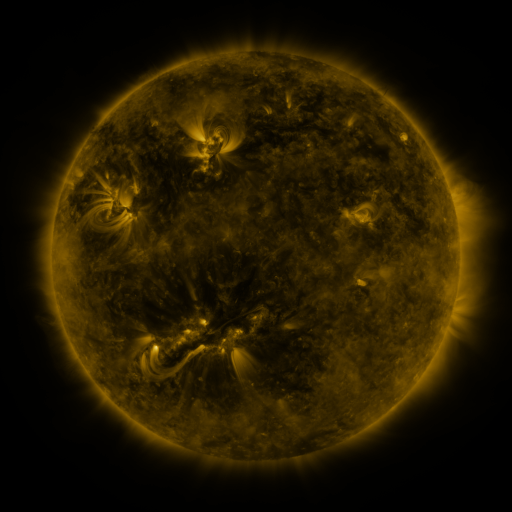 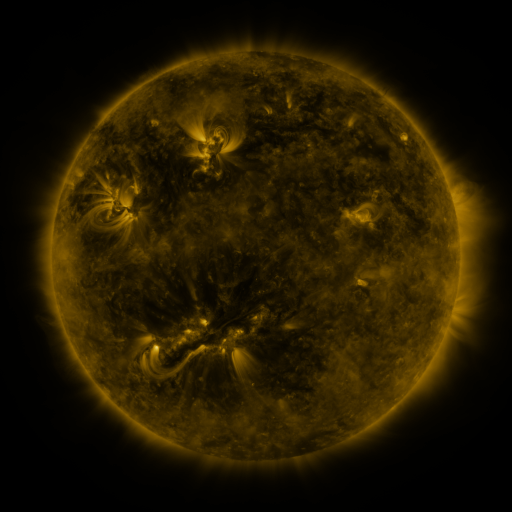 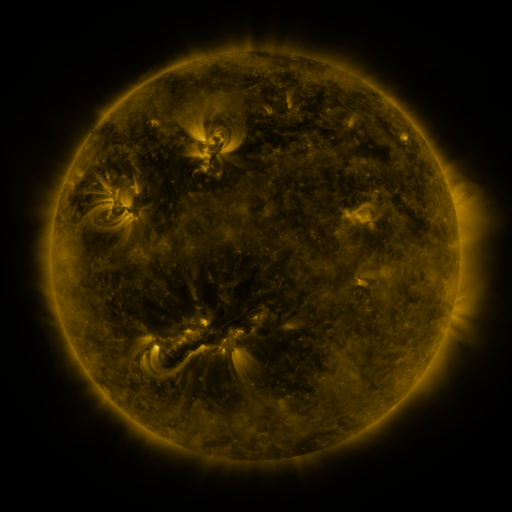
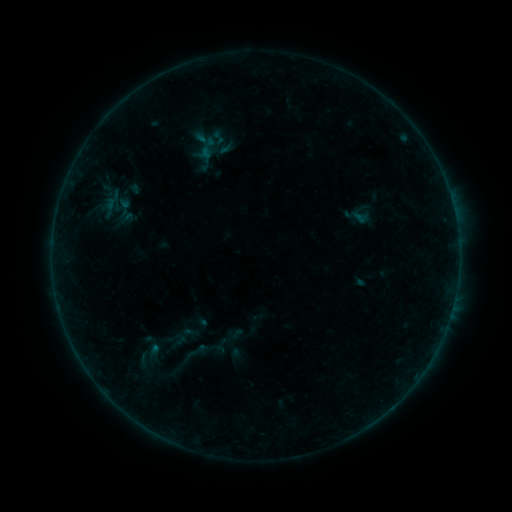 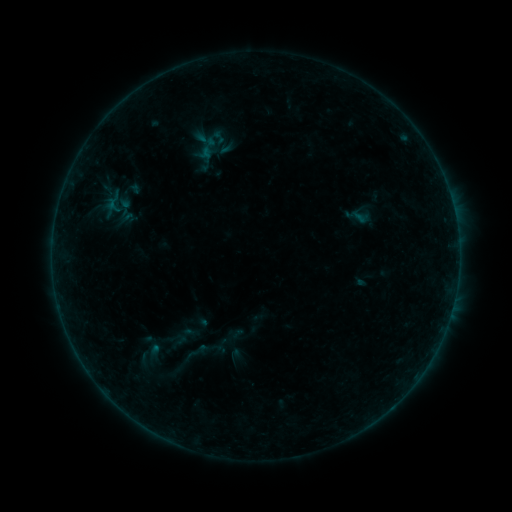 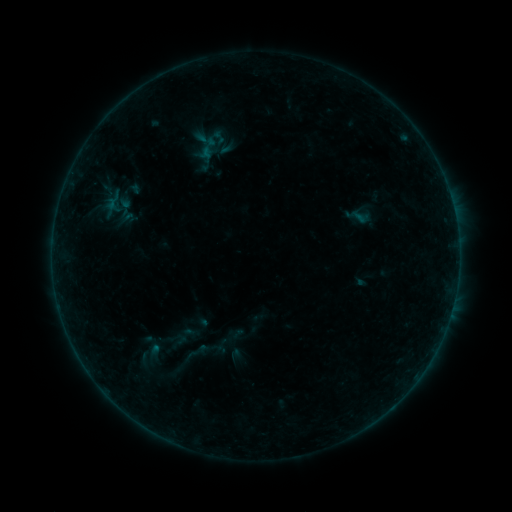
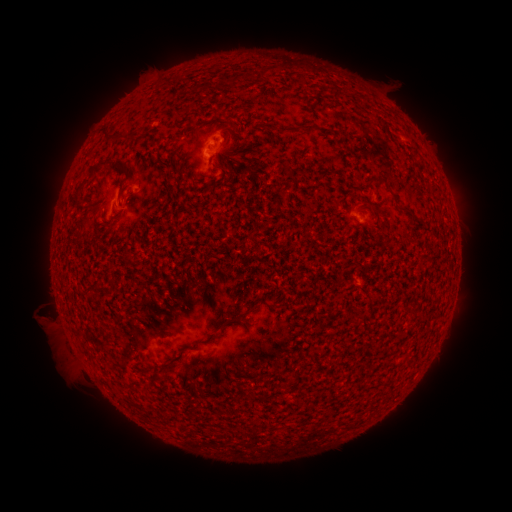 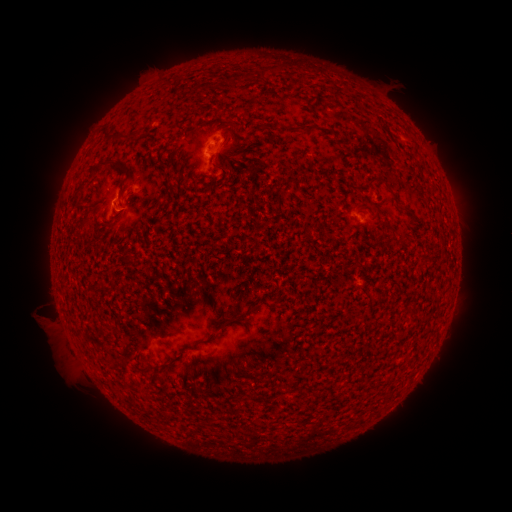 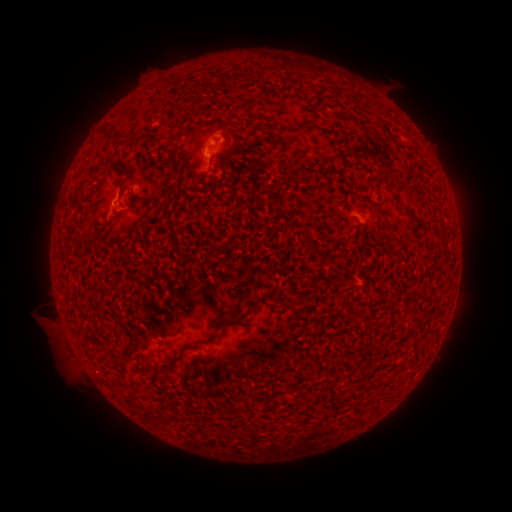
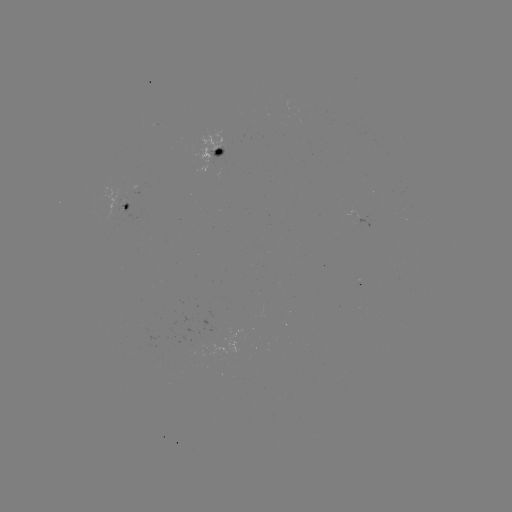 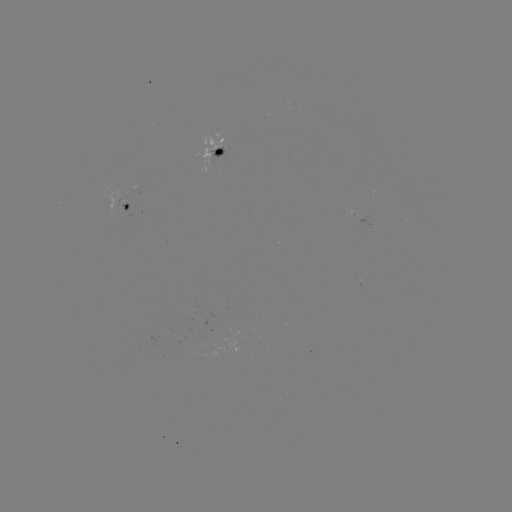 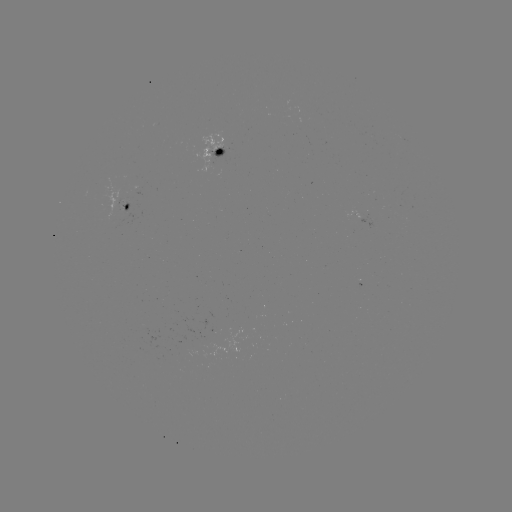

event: flare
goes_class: B1.9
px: (113, 206)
